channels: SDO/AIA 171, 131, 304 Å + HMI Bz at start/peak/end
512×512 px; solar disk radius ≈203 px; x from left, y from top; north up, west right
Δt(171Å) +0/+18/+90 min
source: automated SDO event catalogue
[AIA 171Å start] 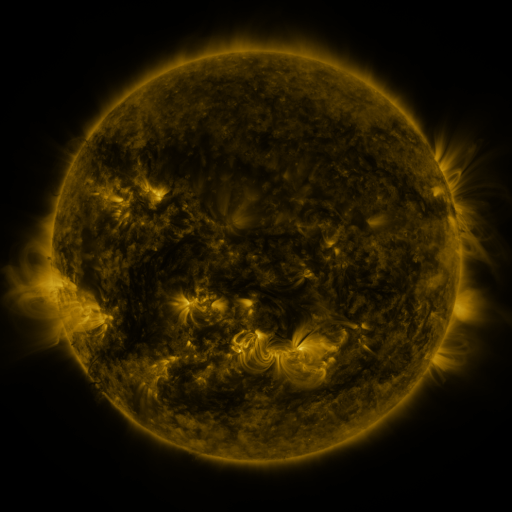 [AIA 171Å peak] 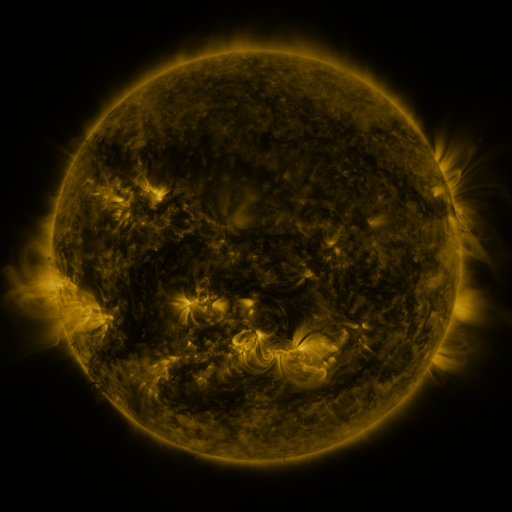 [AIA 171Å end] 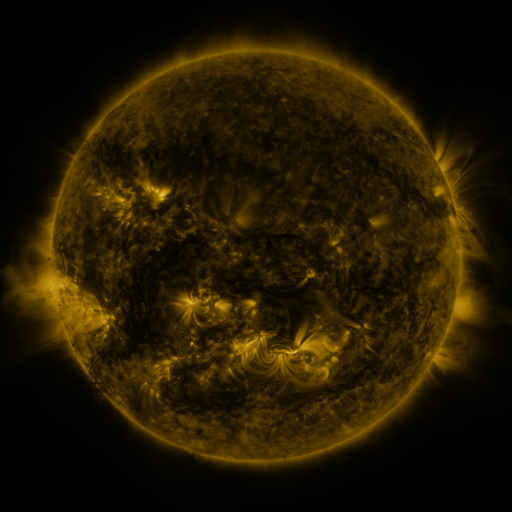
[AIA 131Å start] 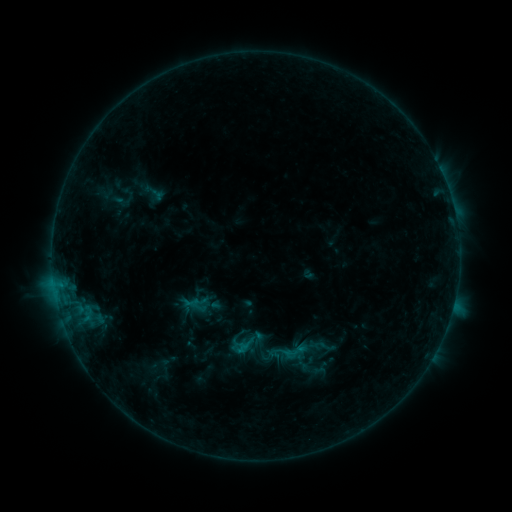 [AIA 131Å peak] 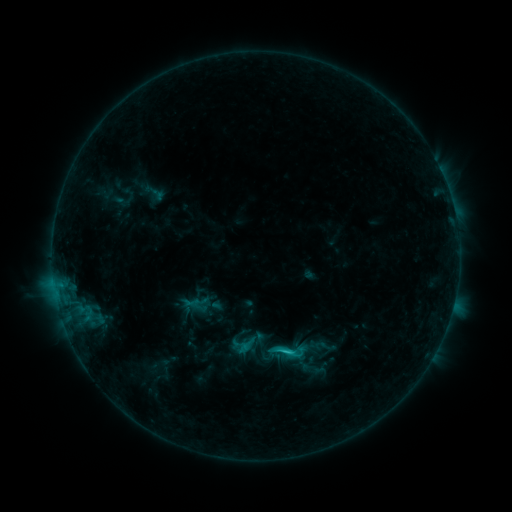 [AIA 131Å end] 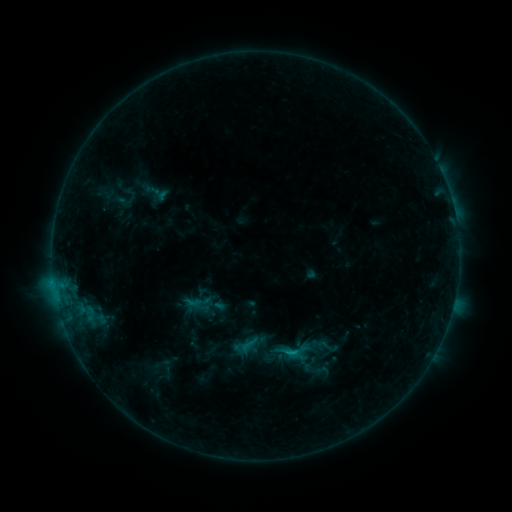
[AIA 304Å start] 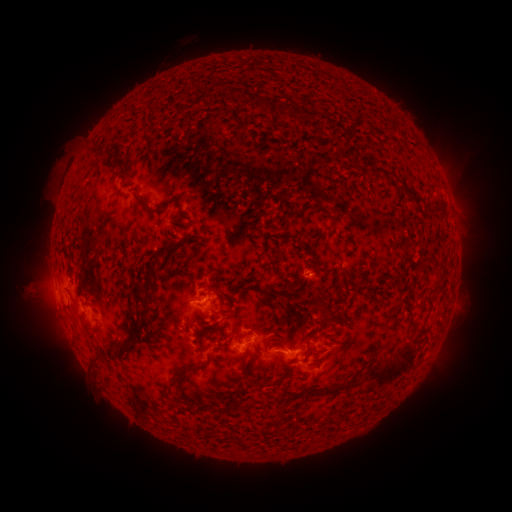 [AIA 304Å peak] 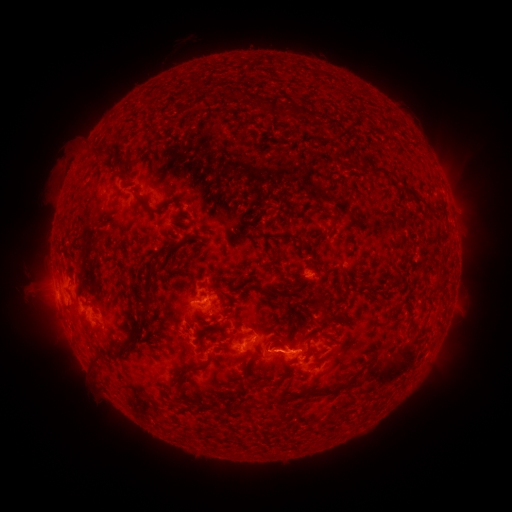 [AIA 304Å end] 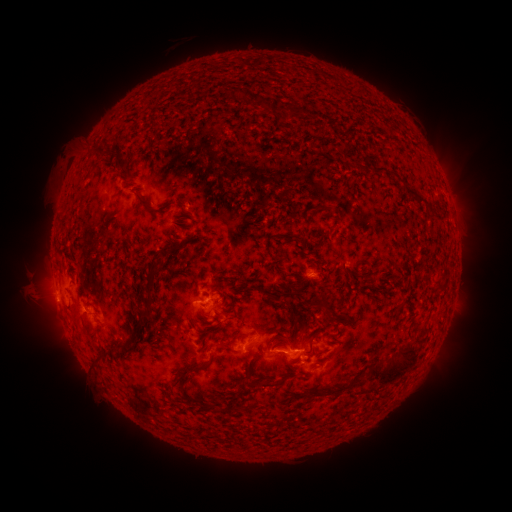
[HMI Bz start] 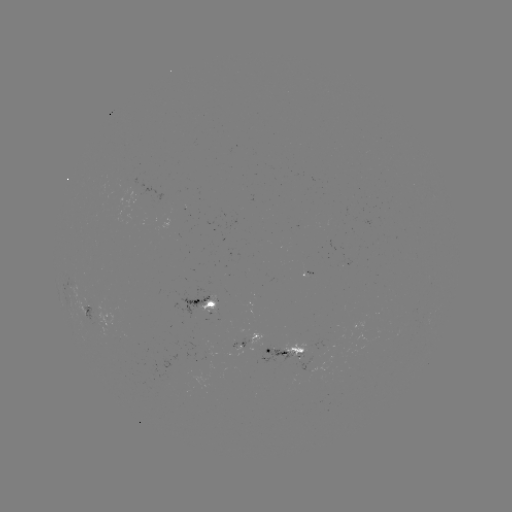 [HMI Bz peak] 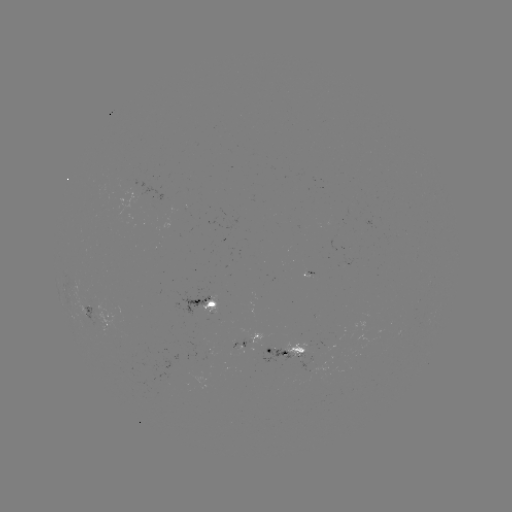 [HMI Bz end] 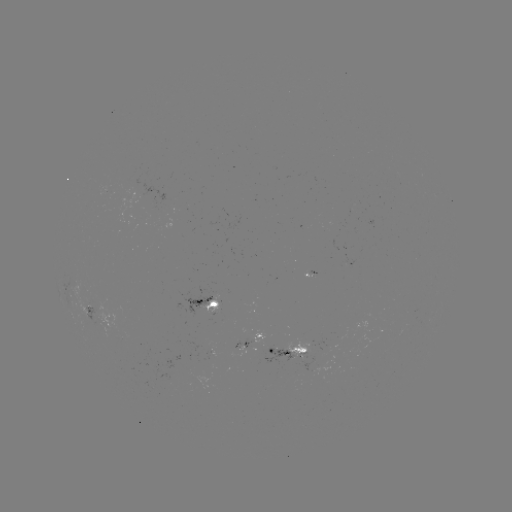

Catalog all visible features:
C1.5 flare: (285, 350)
